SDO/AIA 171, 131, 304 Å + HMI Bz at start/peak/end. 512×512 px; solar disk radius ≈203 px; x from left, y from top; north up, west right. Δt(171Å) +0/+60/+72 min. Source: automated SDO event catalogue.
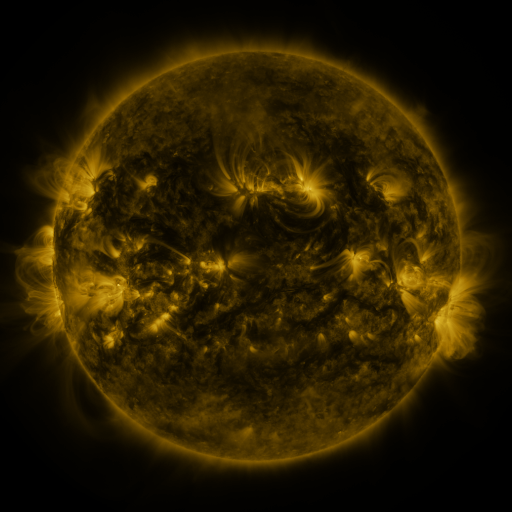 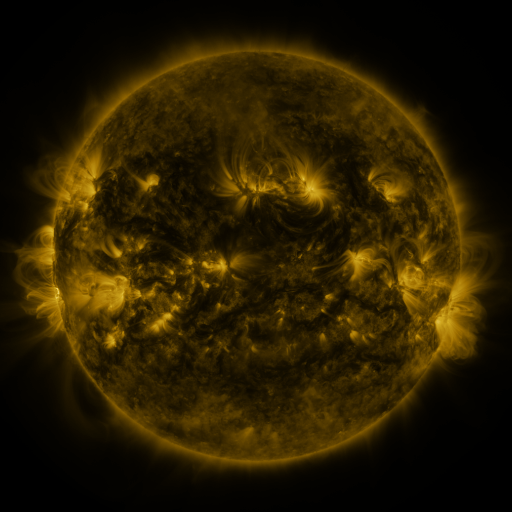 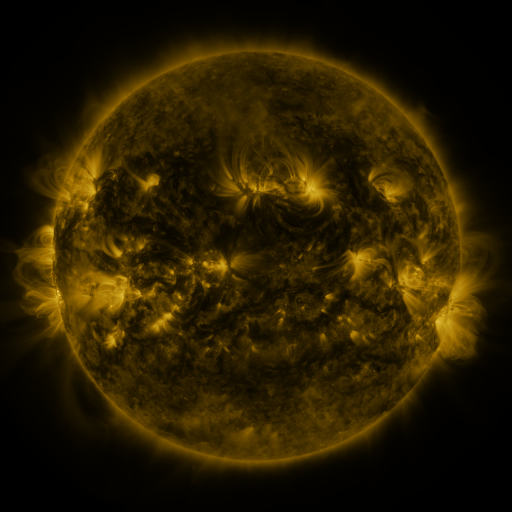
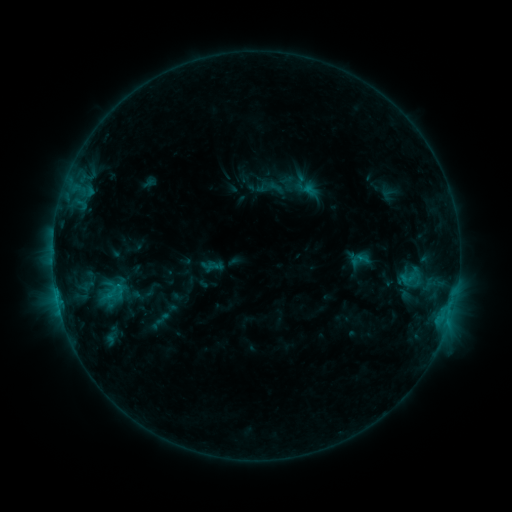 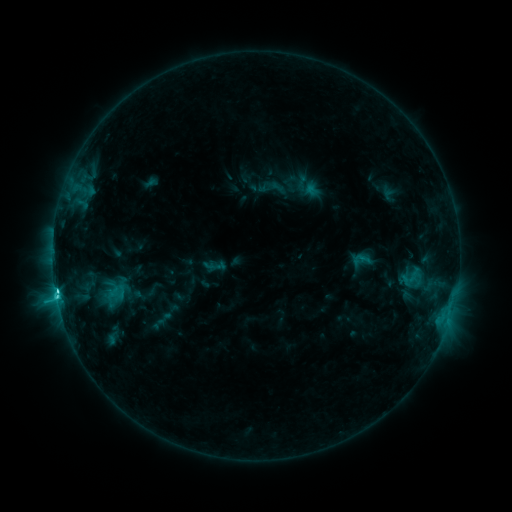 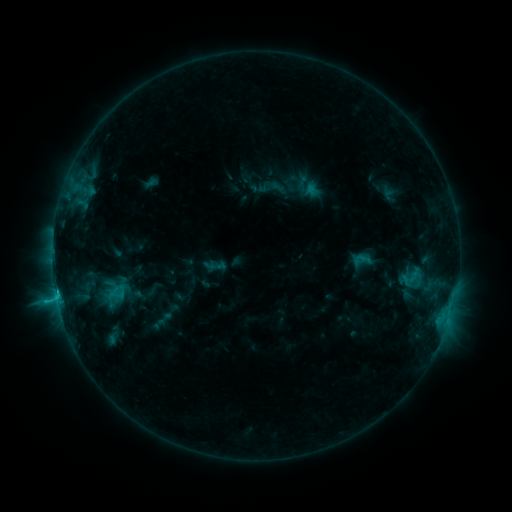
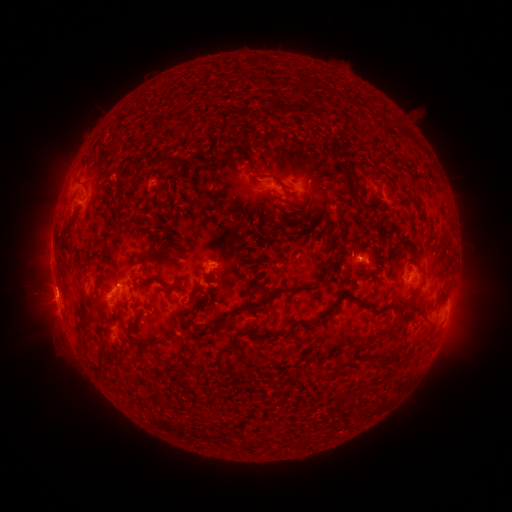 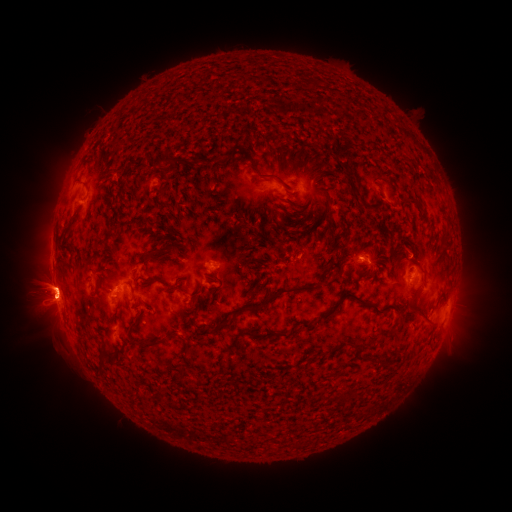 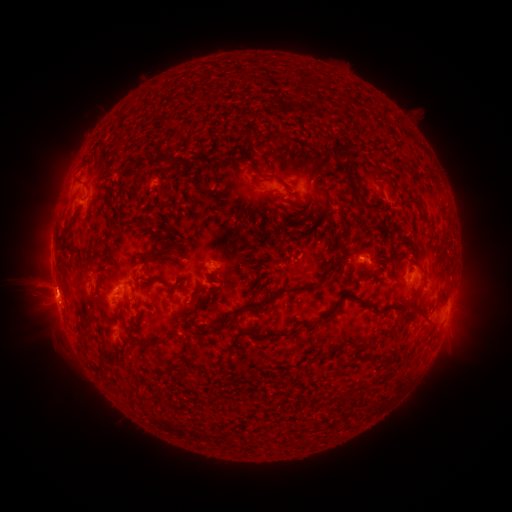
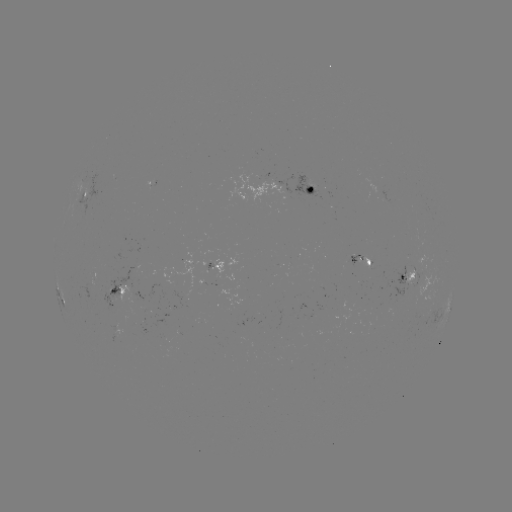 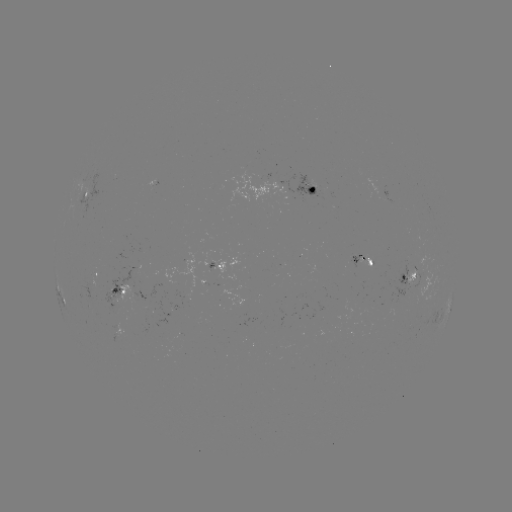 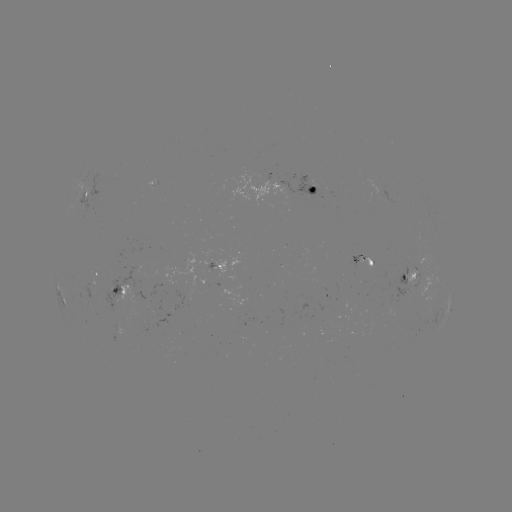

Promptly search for emerging-flux region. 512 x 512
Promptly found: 210,258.